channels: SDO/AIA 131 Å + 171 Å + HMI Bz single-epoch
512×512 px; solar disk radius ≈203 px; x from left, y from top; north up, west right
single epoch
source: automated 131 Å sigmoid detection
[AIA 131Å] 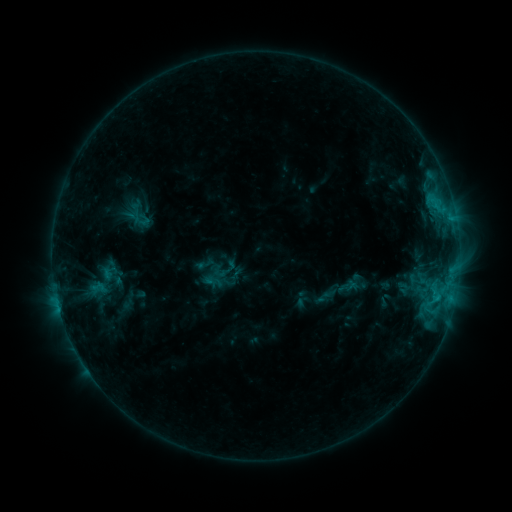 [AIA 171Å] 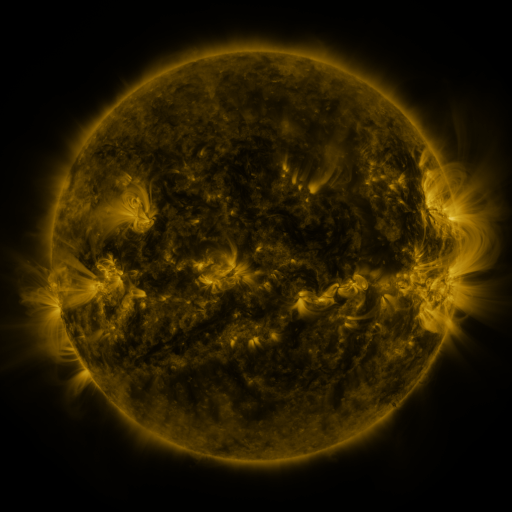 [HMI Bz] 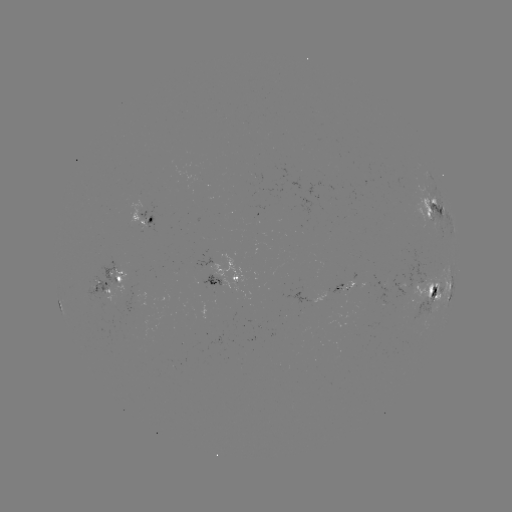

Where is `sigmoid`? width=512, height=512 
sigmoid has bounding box [124, 207, 143, 225].